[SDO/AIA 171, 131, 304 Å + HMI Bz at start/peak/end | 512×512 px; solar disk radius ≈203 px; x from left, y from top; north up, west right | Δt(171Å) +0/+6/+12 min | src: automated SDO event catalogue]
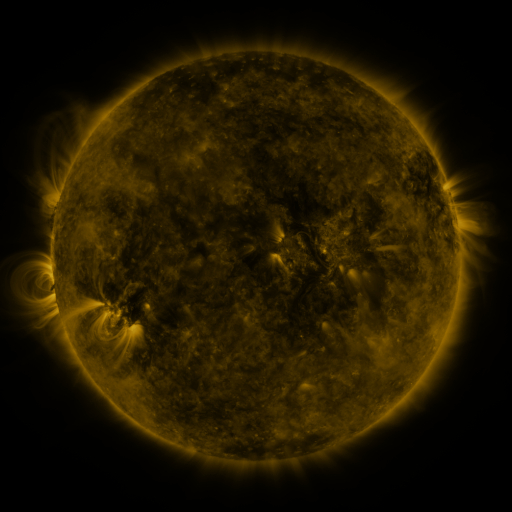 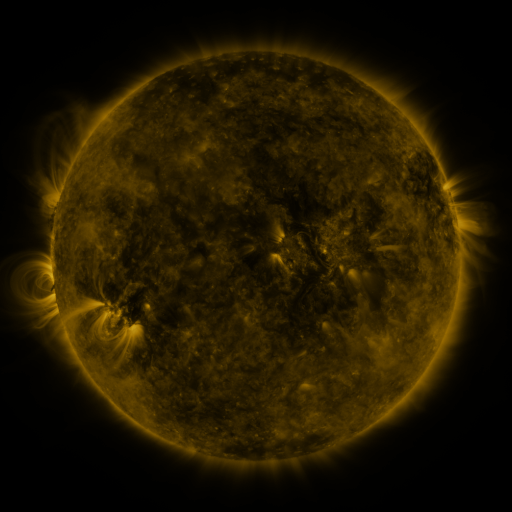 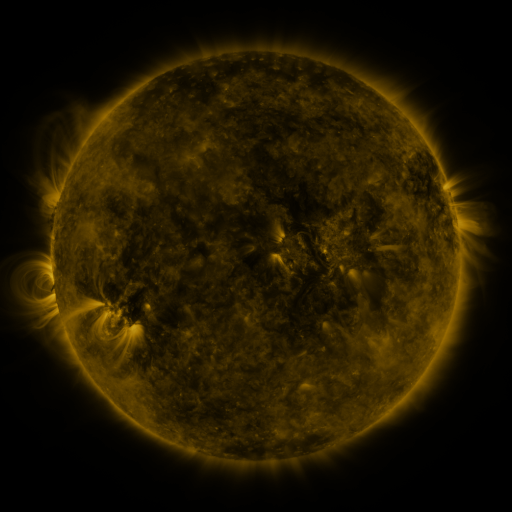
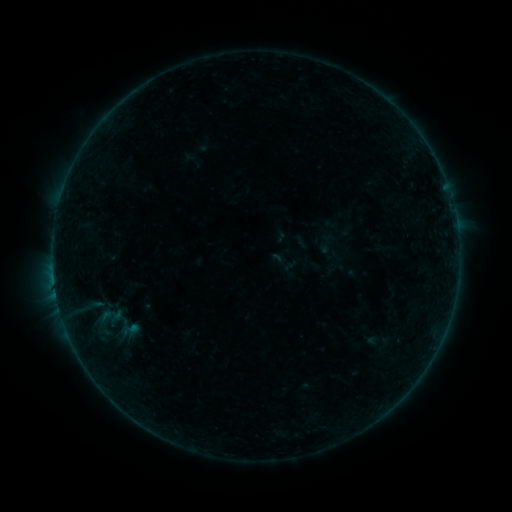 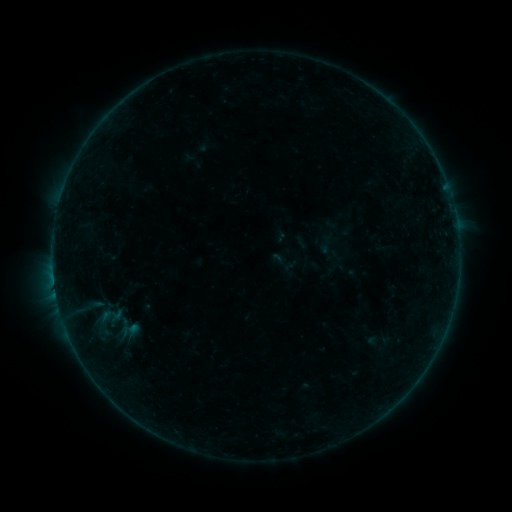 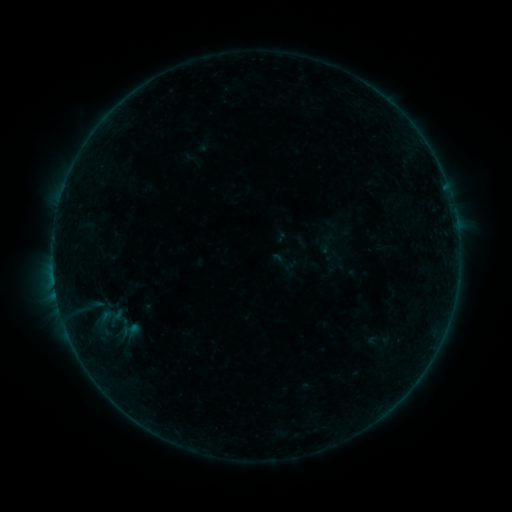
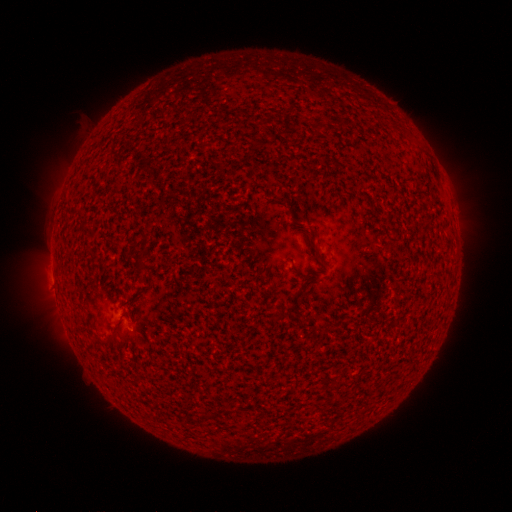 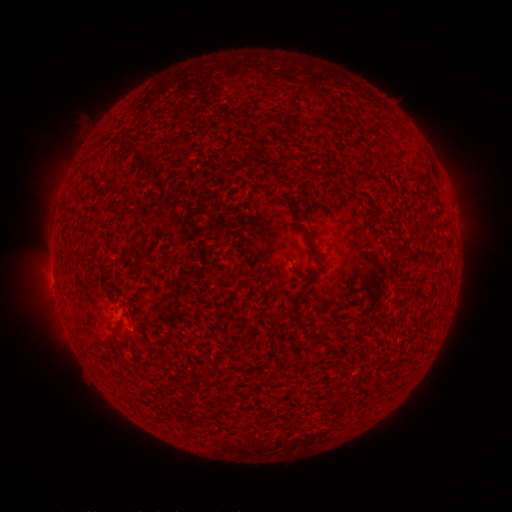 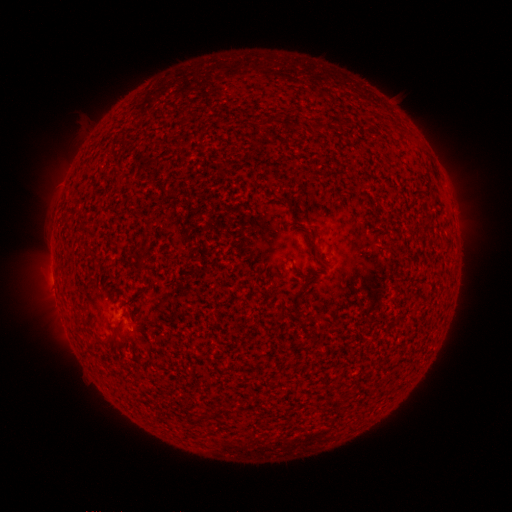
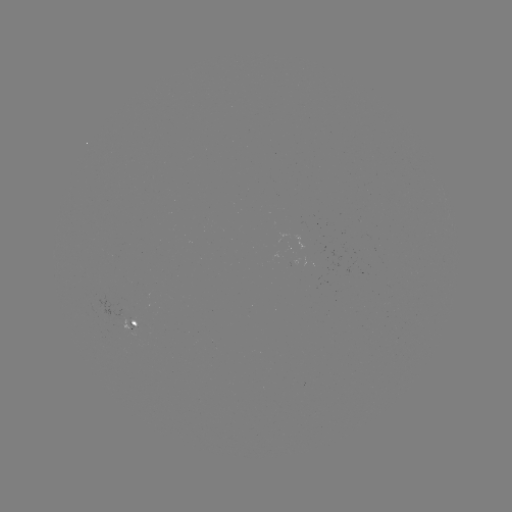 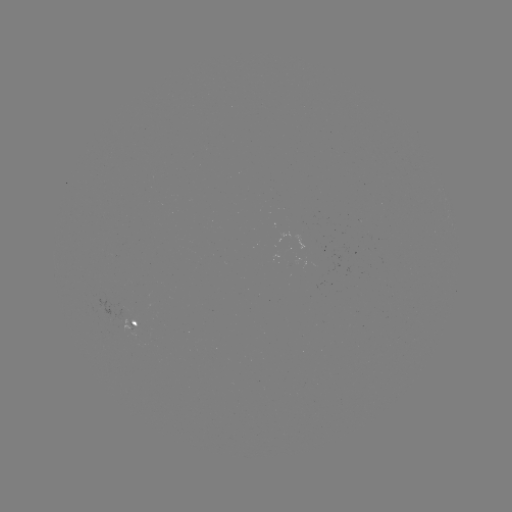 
no classed flare was catalogued and no EUV brightening was flagged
